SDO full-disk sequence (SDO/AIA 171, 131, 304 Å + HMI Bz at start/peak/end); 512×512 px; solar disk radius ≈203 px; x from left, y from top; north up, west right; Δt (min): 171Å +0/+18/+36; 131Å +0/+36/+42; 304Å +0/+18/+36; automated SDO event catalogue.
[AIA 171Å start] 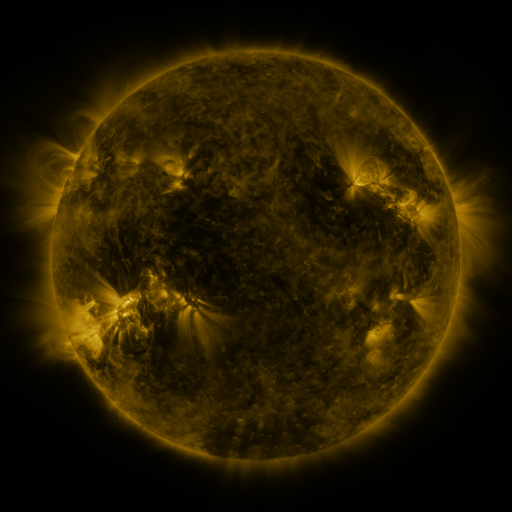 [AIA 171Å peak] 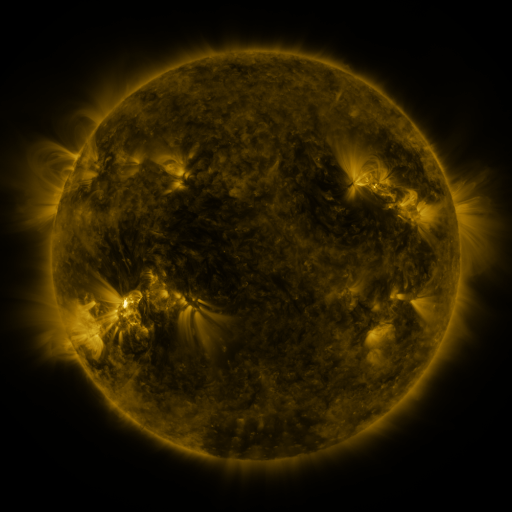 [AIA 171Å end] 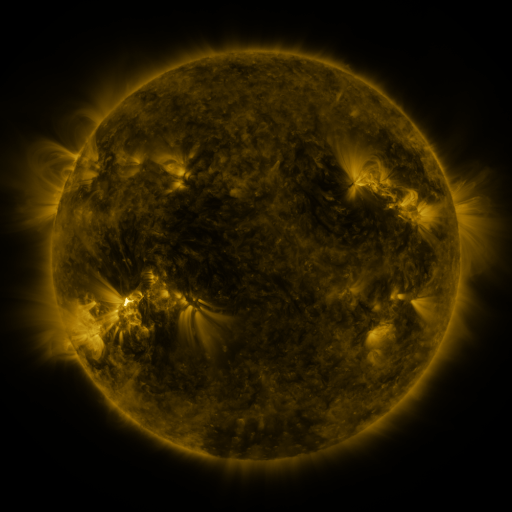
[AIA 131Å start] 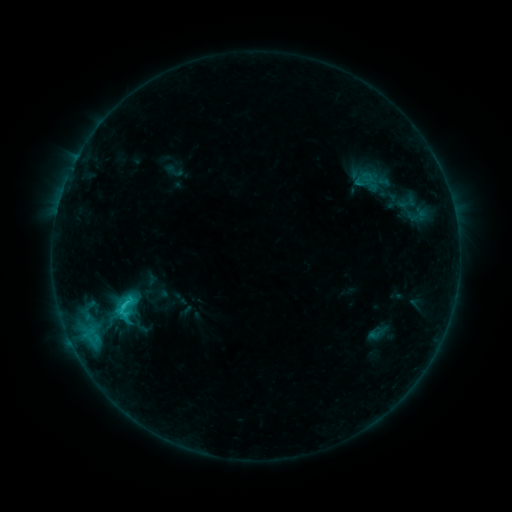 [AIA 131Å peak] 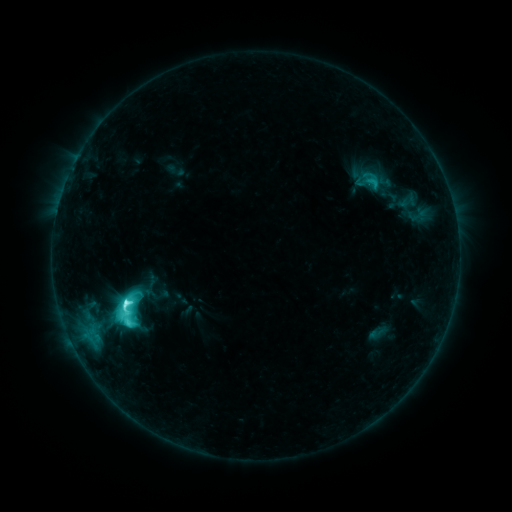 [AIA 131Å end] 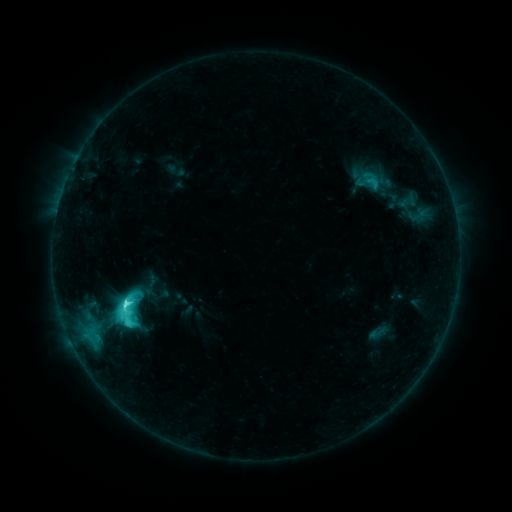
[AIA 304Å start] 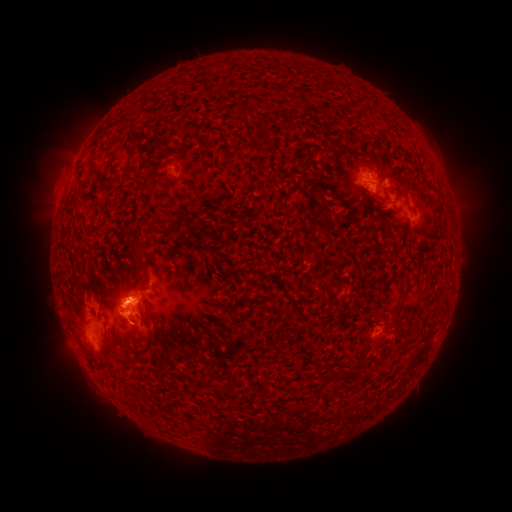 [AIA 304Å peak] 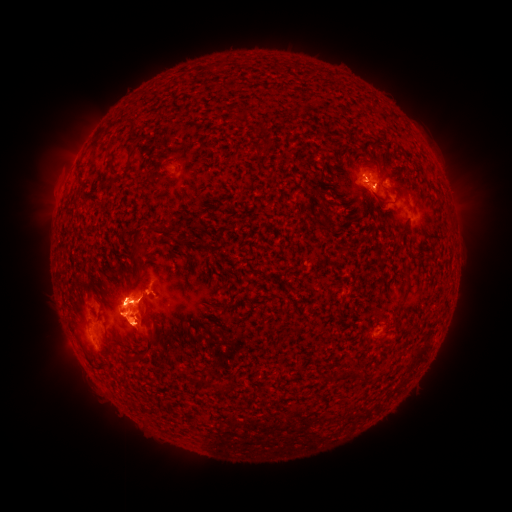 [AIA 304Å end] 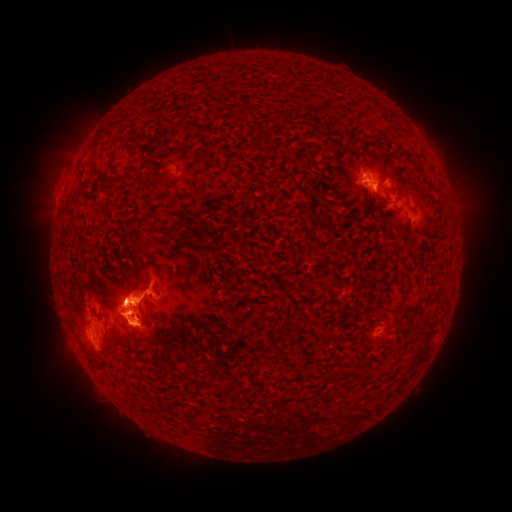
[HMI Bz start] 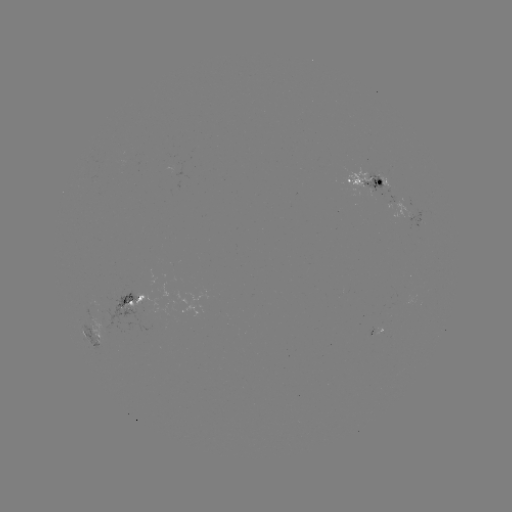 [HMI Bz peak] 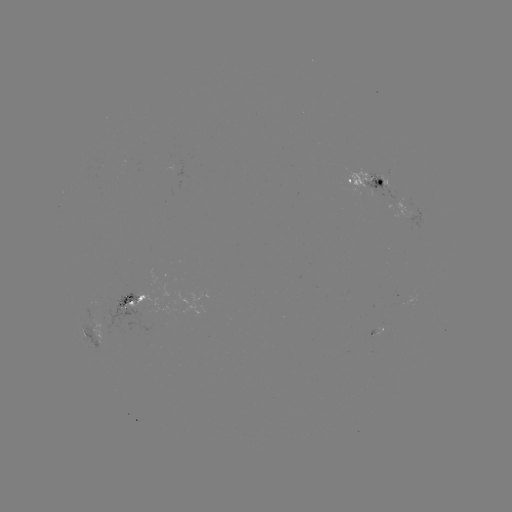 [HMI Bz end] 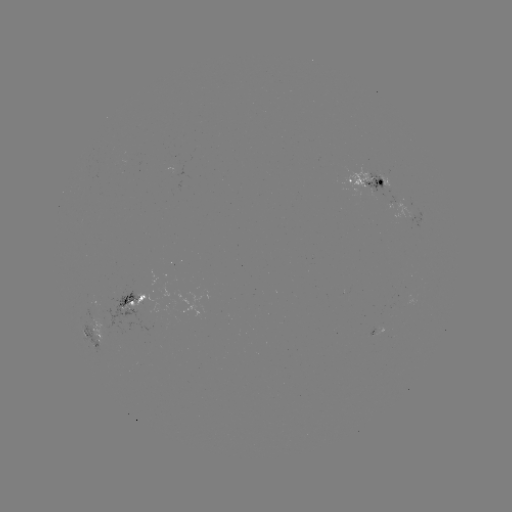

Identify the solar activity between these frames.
M1.8 flare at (128, 302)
